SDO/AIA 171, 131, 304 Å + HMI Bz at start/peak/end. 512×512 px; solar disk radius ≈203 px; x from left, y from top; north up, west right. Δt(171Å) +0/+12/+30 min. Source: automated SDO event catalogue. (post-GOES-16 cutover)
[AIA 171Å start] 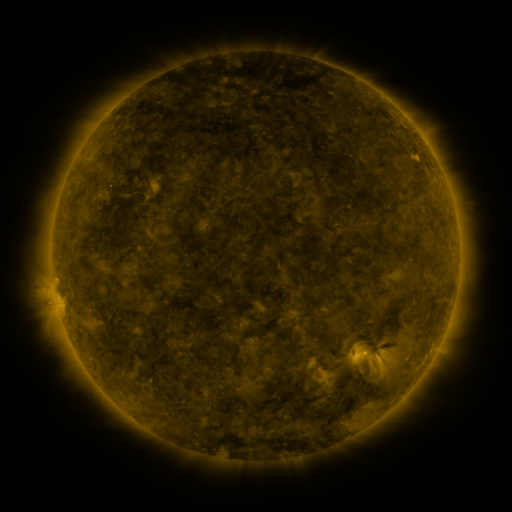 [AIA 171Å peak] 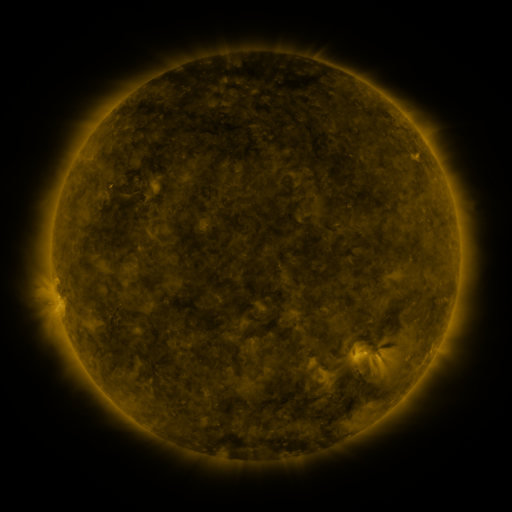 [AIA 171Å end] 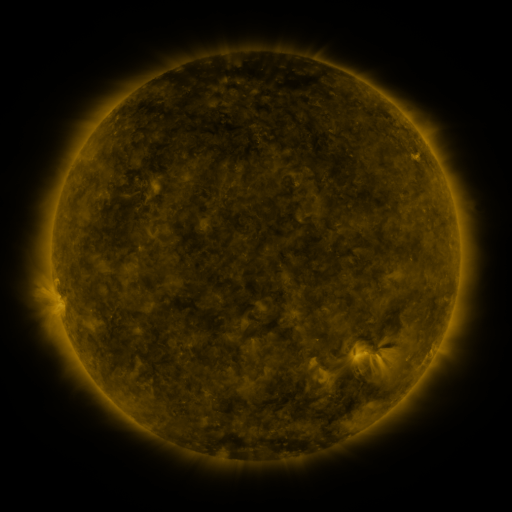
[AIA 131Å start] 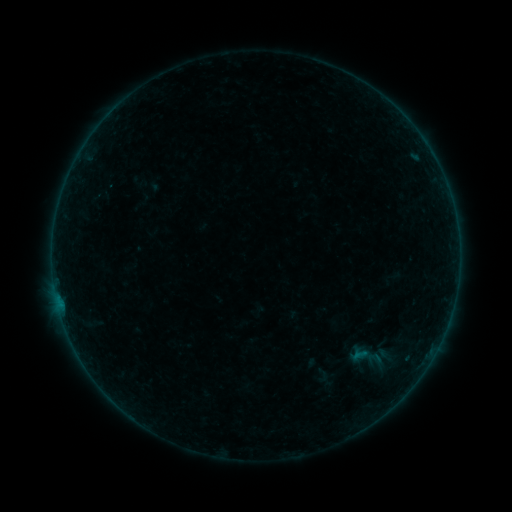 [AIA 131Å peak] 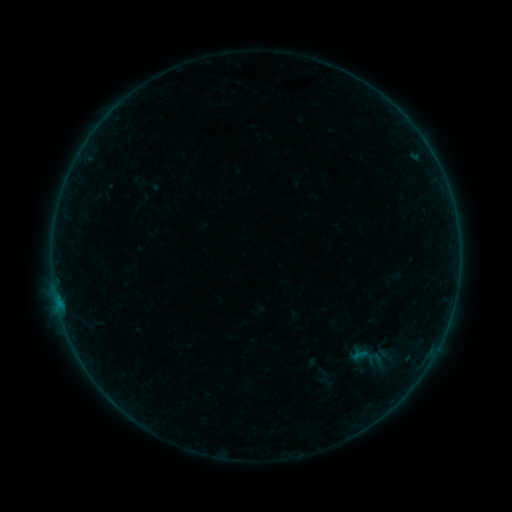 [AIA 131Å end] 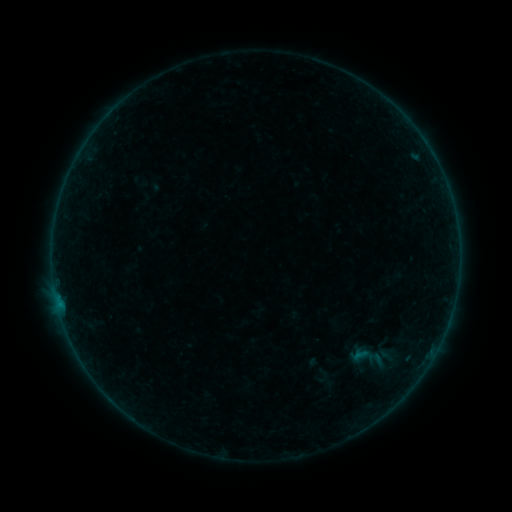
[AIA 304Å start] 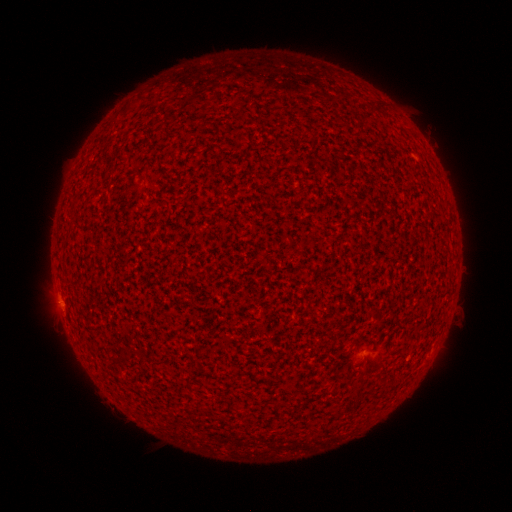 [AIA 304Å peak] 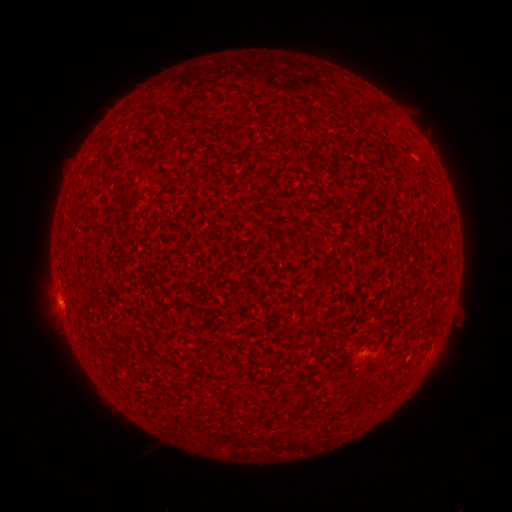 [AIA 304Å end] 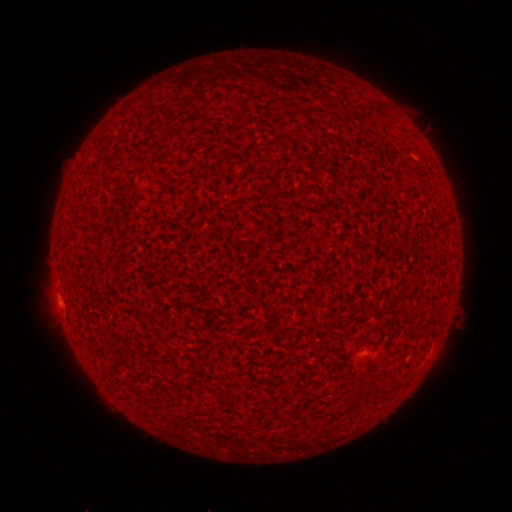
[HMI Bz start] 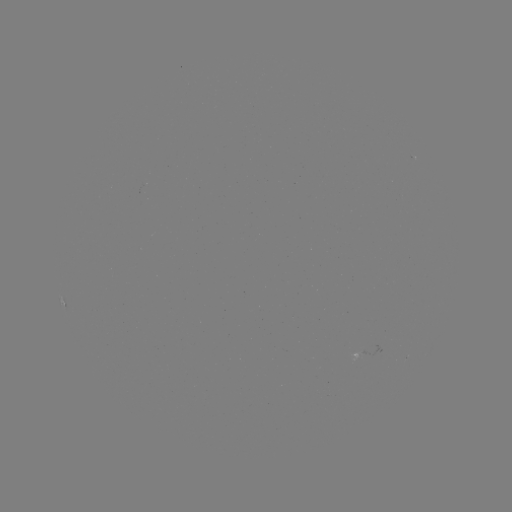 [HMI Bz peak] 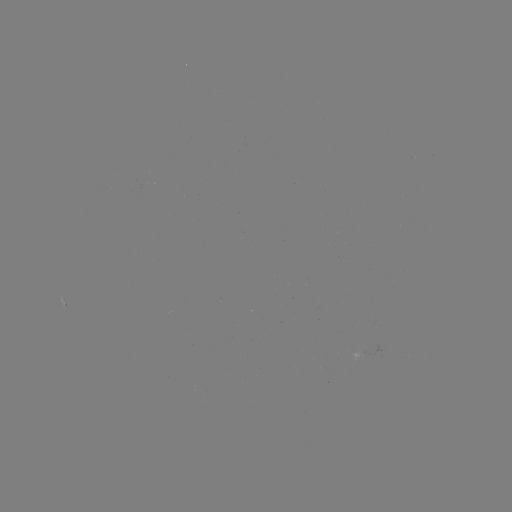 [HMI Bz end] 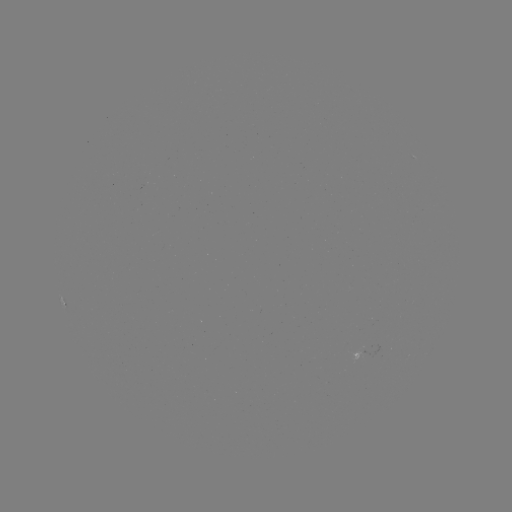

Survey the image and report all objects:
B1.5 flare: (59, 300)
